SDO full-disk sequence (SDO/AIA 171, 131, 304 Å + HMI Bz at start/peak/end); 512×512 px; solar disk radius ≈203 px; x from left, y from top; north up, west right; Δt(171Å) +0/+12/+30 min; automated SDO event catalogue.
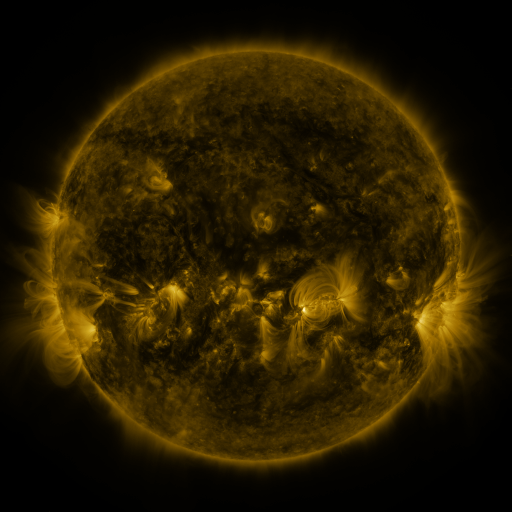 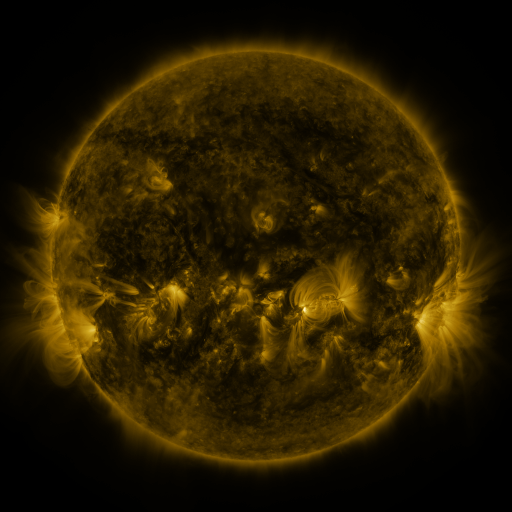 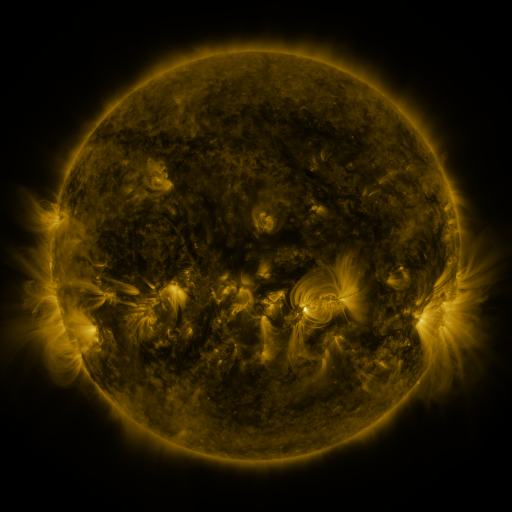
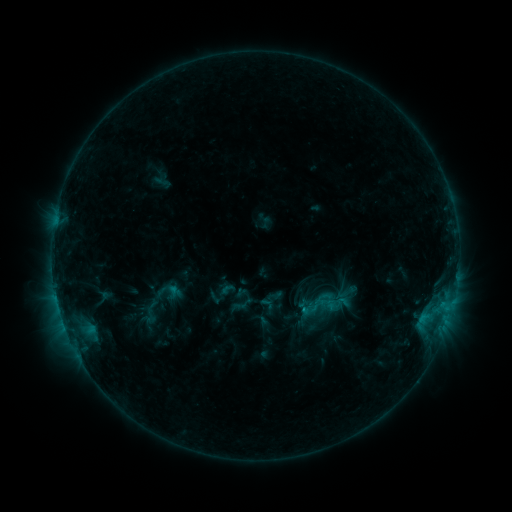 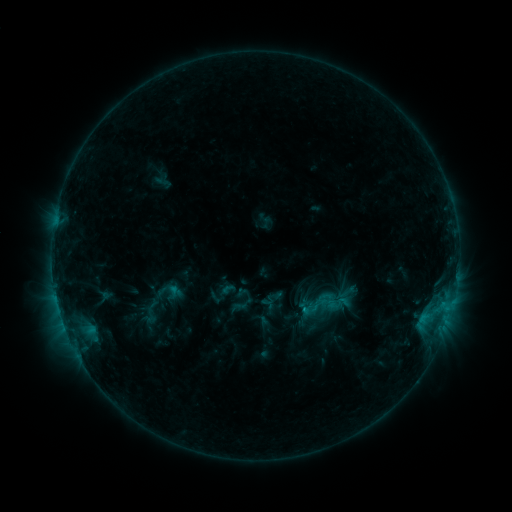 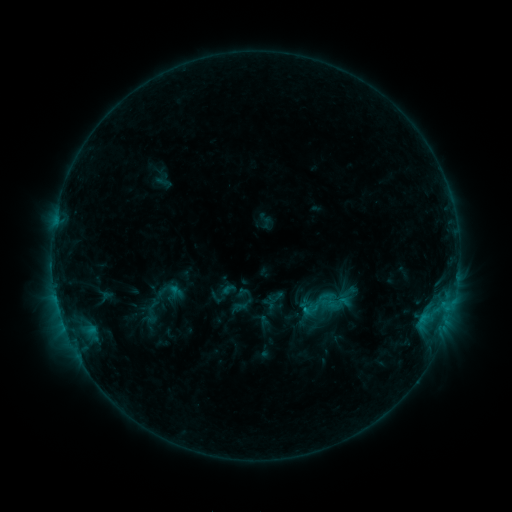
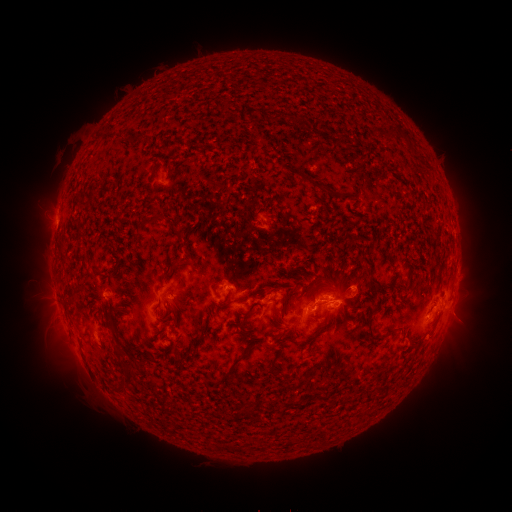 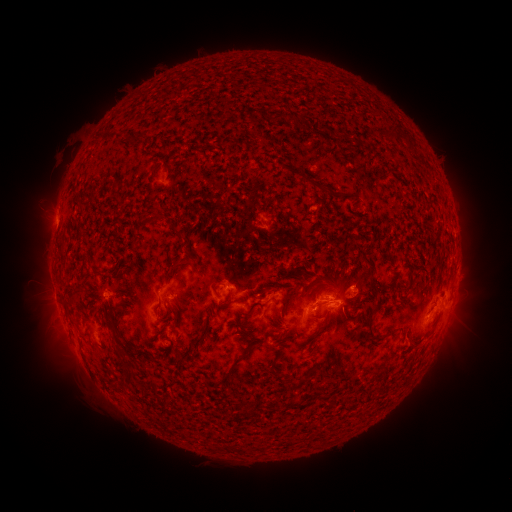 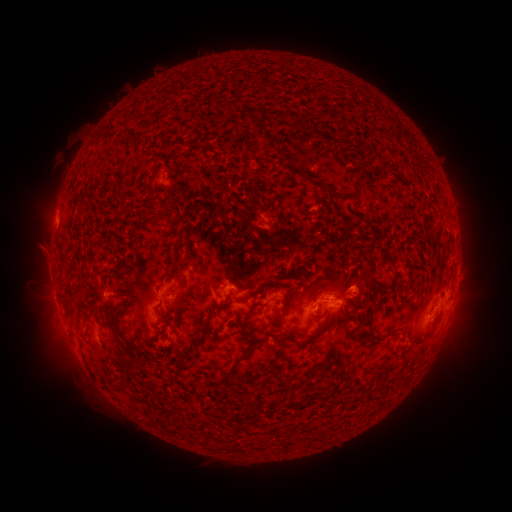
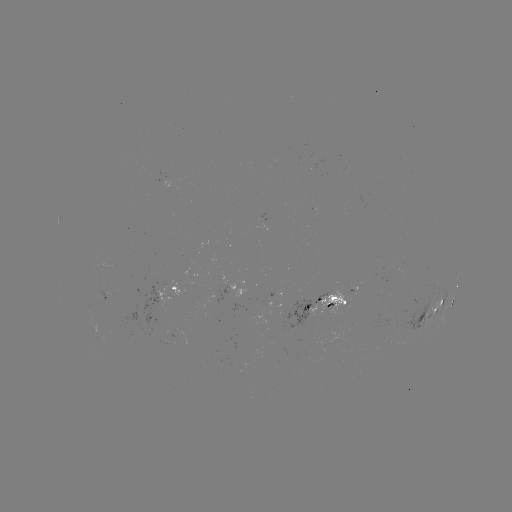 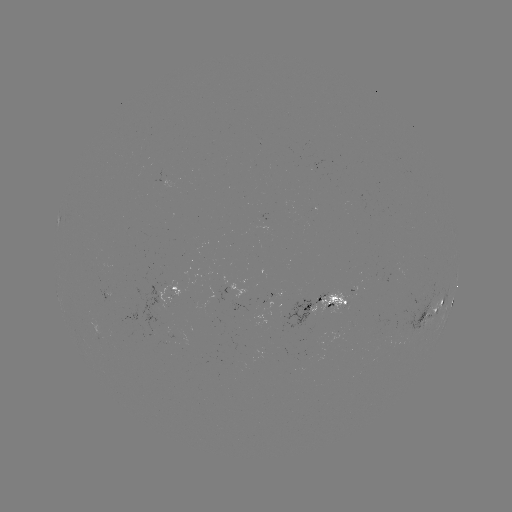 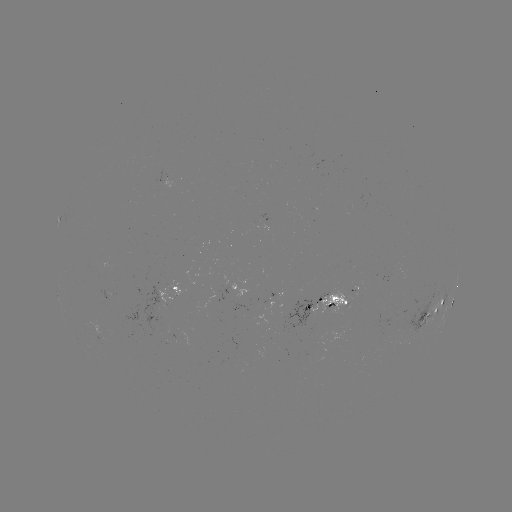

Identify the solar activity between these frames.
no catalogued flare and no flagged EUV brightening in this window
